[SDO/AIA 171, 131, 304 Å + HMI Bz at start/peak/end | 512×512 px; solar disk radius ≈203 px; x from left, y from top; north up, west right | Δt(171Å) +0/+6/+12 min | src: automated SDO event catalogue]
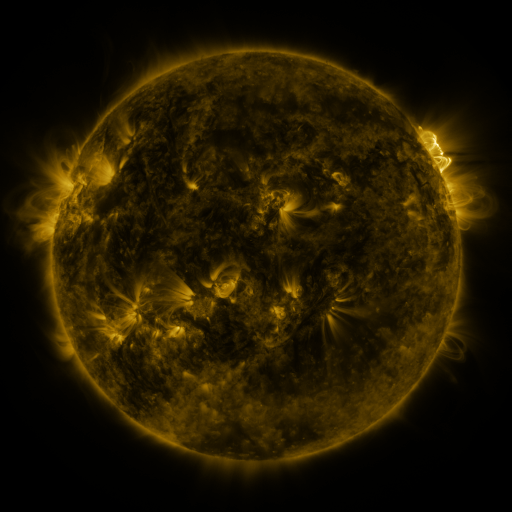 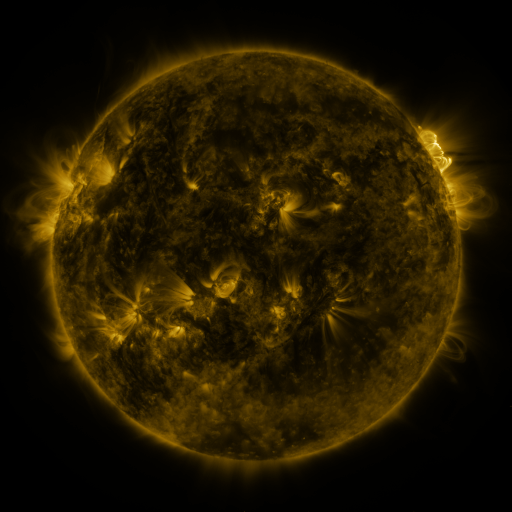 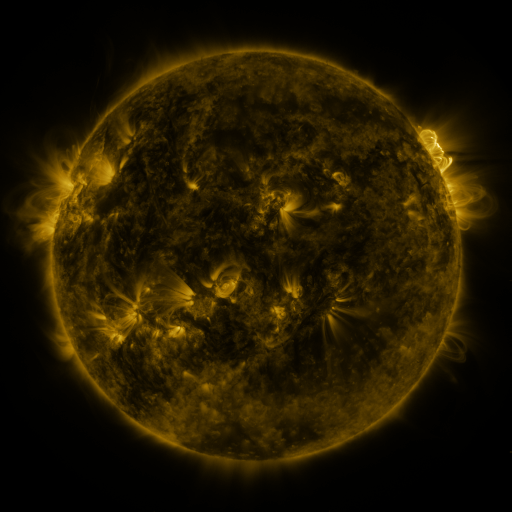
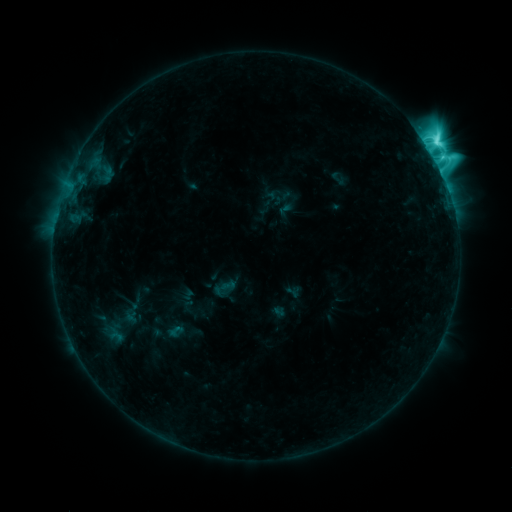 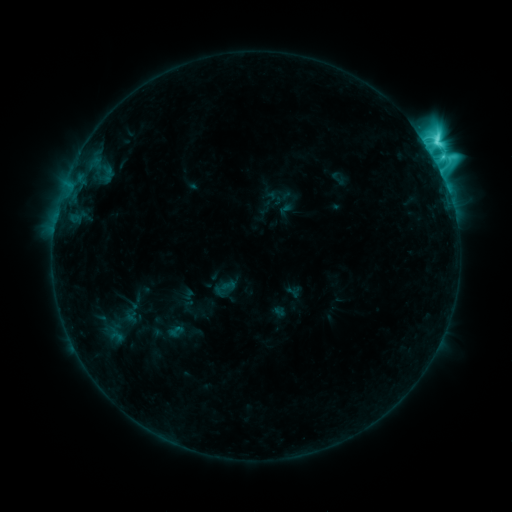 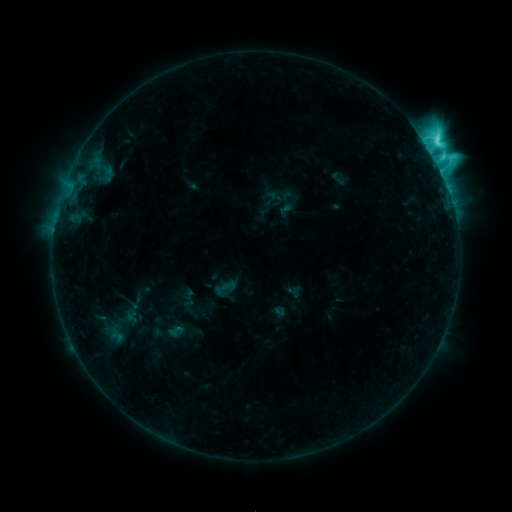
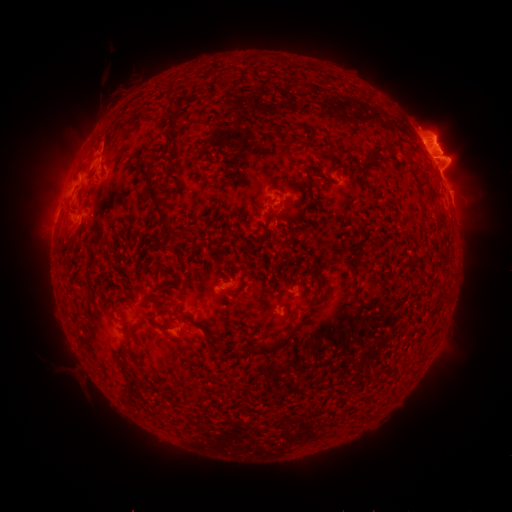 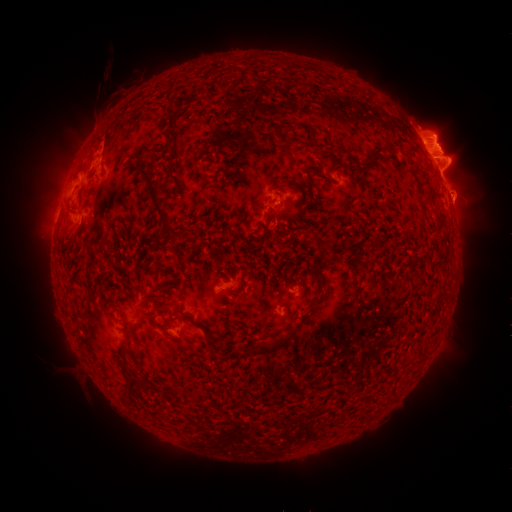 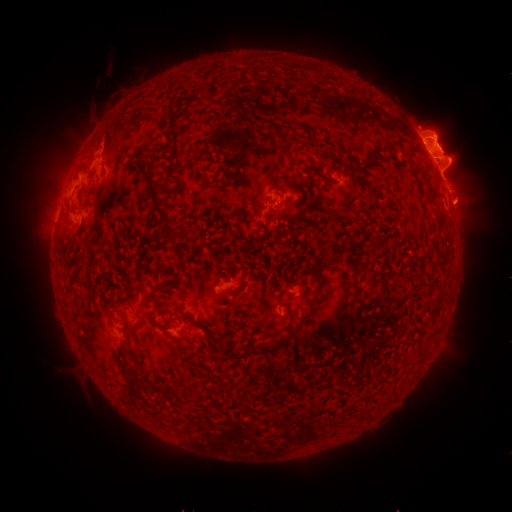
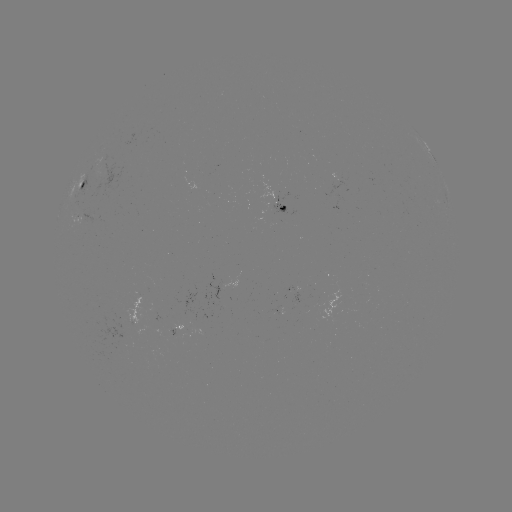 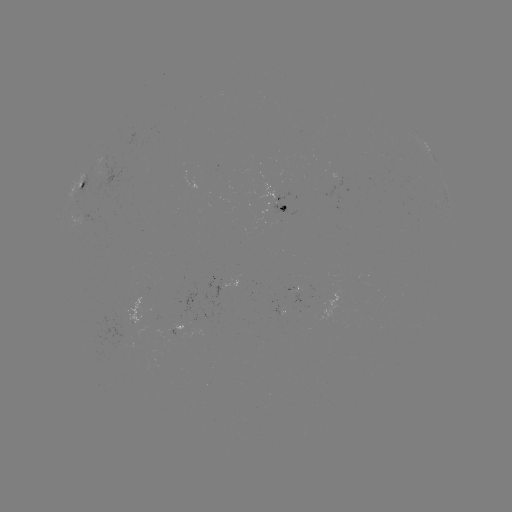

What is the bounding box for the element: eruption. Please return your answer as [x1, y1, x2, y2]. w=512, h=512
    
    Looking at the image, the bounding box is [81, 98, 112, 130].